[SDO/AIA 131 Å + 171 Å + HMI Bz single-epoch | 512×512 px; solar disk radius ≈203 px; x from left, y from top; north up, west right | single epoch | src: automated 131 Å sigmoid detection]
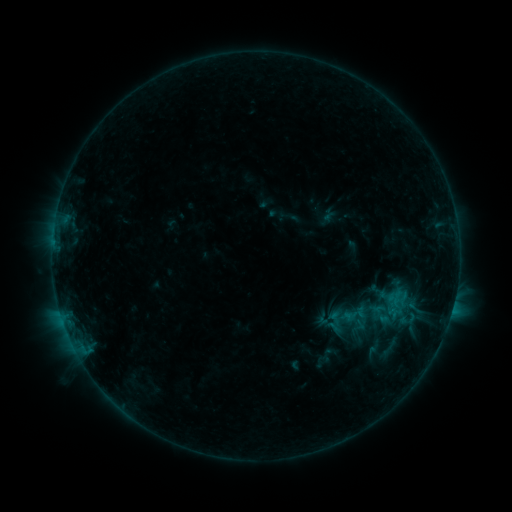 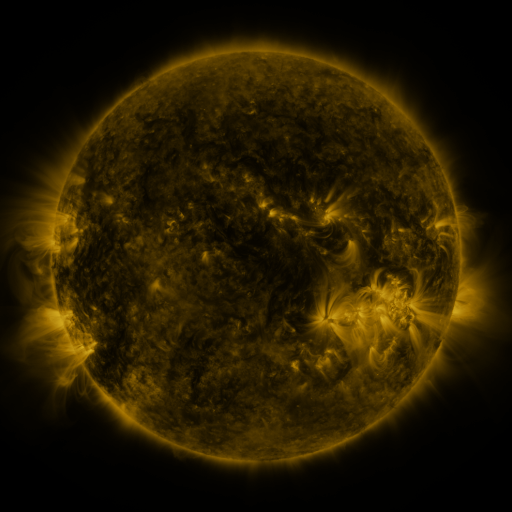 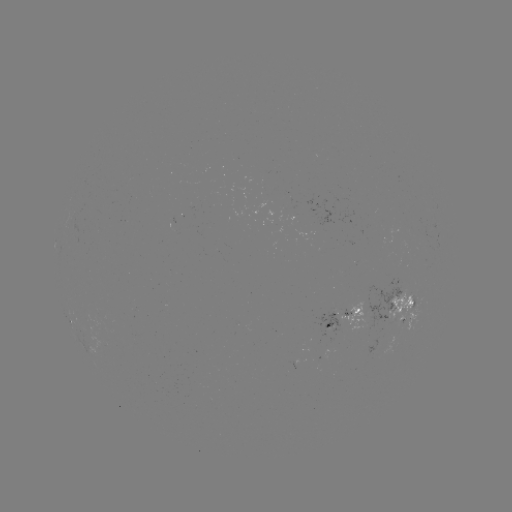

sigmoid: [380, 286, 413, 320]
